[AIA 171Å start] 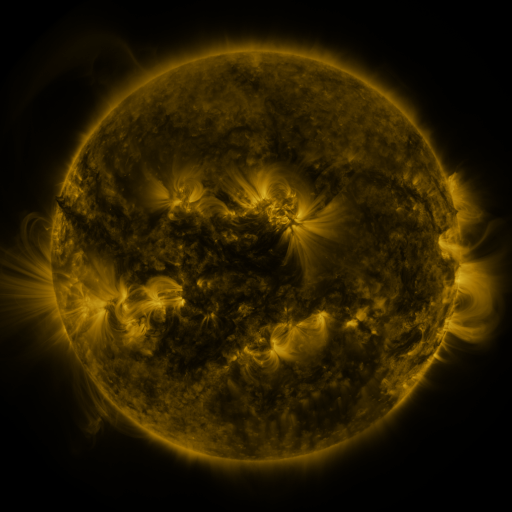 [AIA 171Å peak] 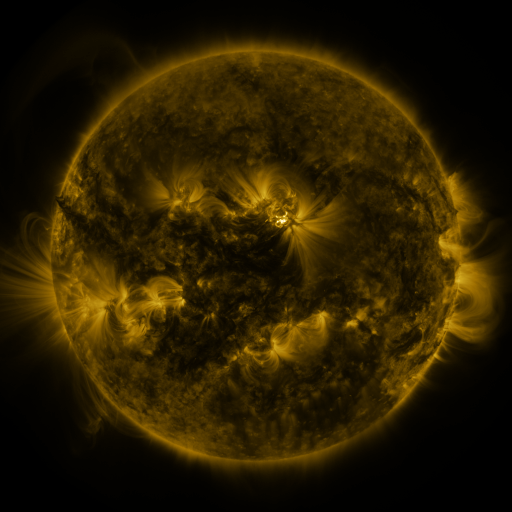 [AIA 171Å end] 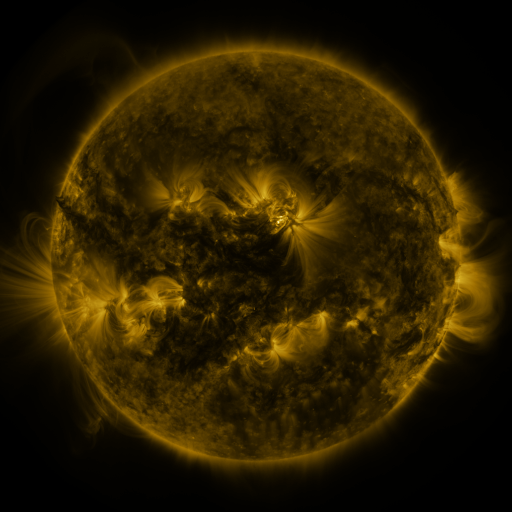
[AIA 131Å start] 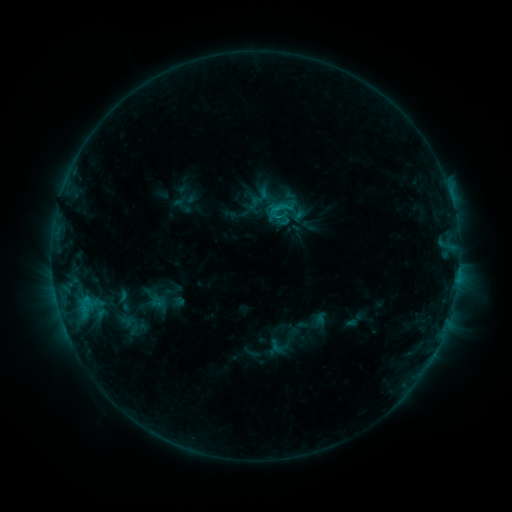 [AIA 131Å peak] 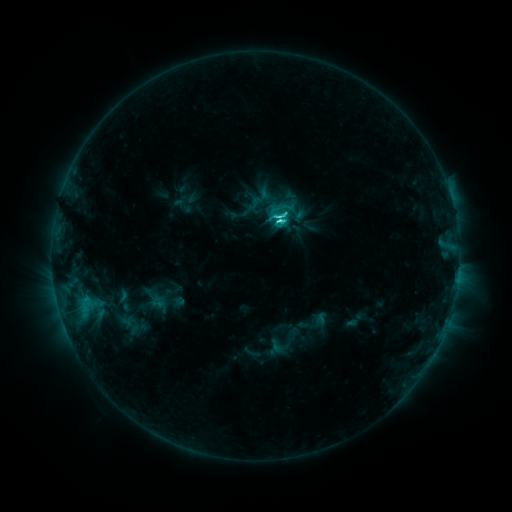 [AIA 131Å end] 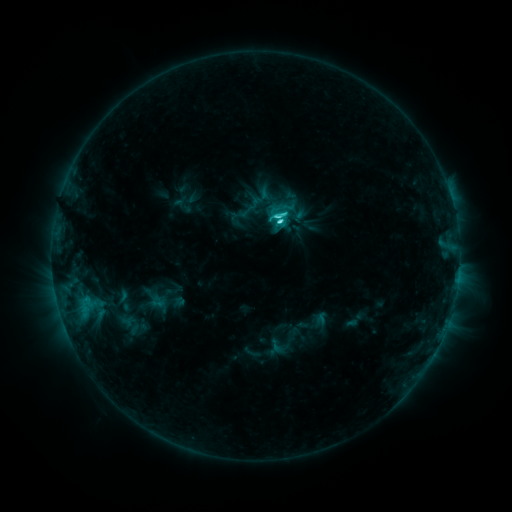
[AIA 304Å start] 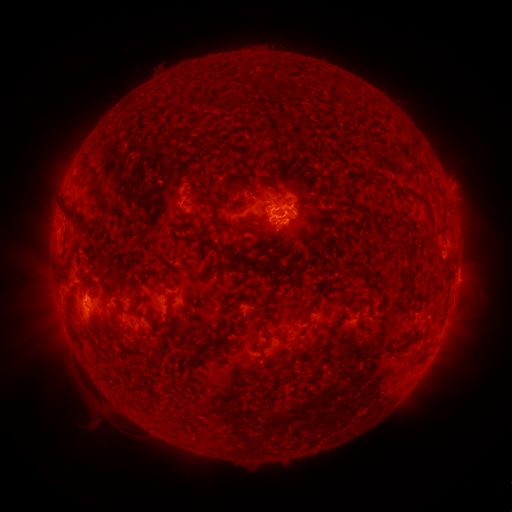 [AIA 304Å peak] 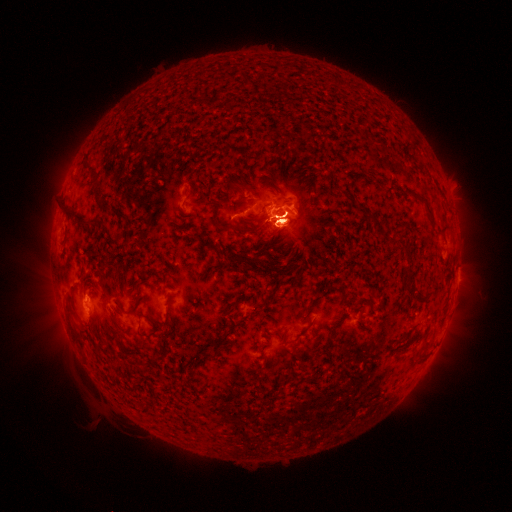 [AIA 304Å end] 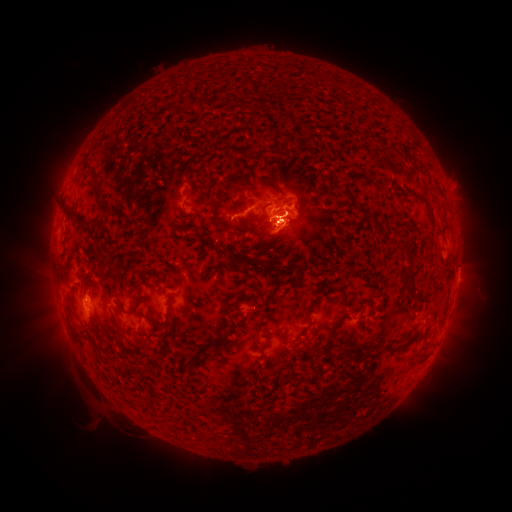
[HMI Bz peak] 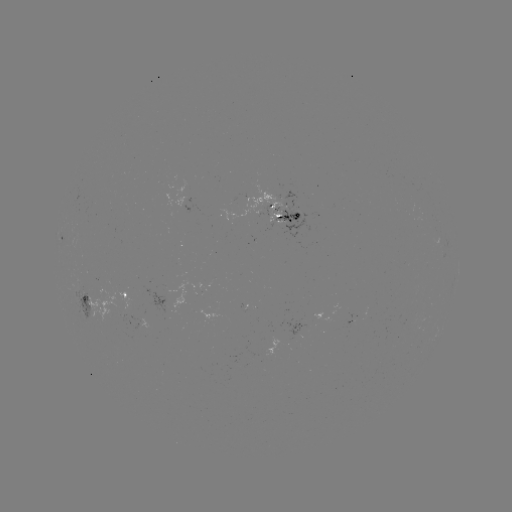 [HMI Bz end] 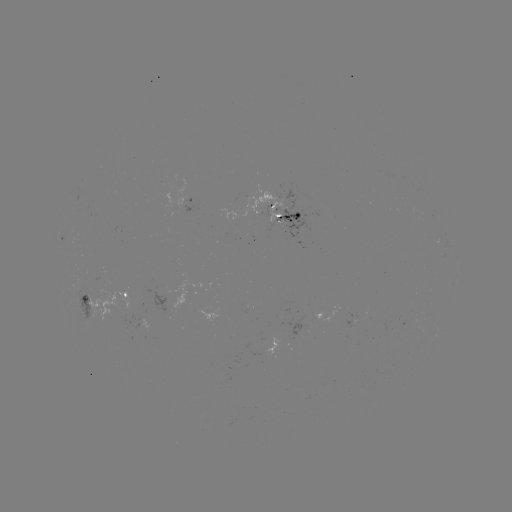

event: flare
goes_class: C5.4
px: (280, 221)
